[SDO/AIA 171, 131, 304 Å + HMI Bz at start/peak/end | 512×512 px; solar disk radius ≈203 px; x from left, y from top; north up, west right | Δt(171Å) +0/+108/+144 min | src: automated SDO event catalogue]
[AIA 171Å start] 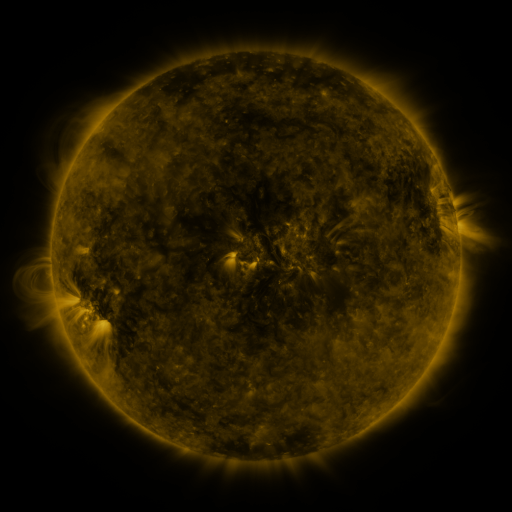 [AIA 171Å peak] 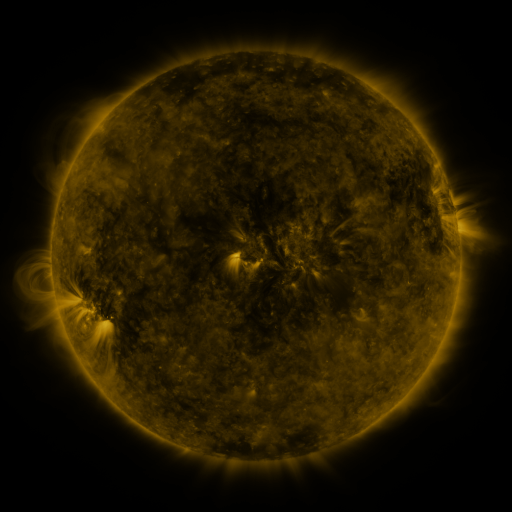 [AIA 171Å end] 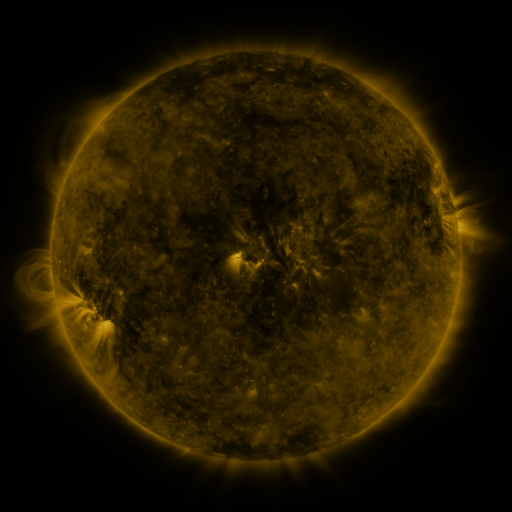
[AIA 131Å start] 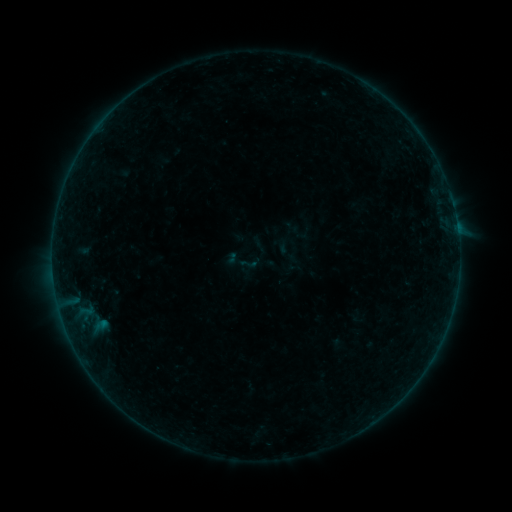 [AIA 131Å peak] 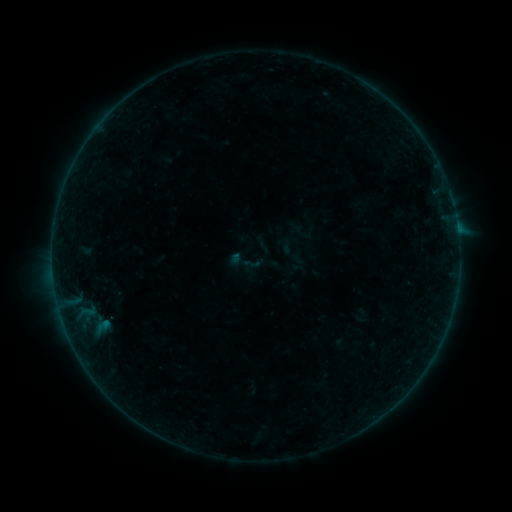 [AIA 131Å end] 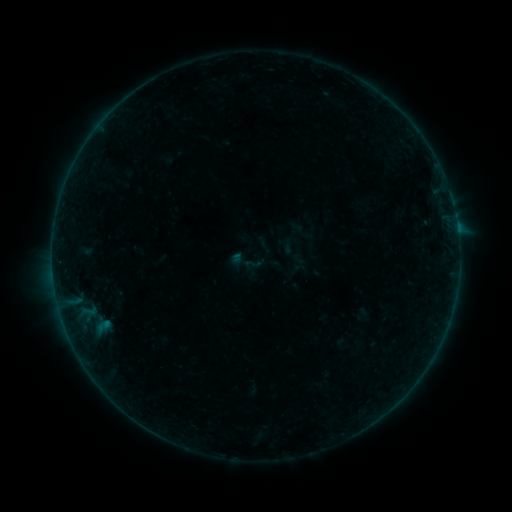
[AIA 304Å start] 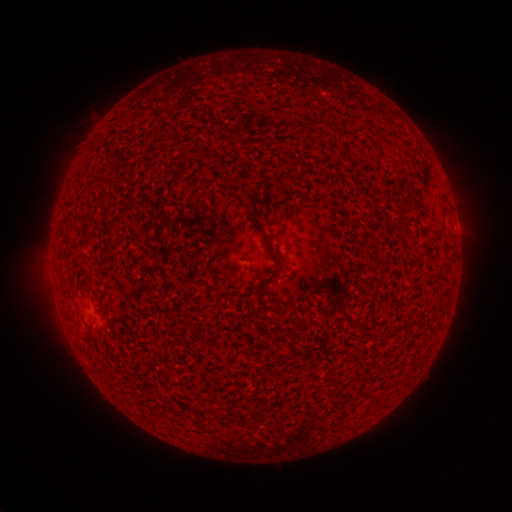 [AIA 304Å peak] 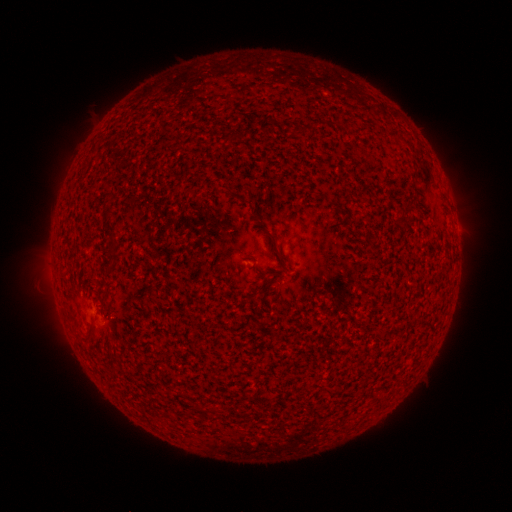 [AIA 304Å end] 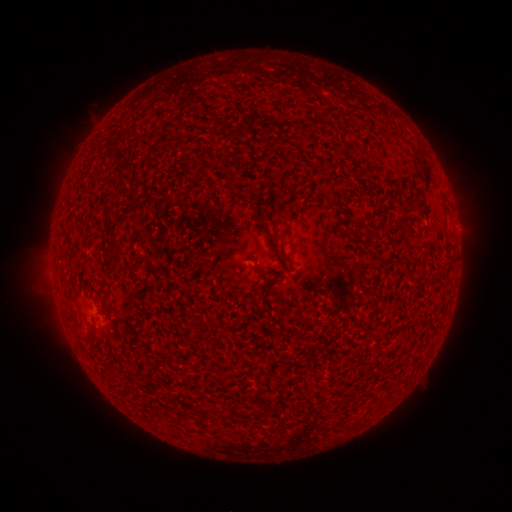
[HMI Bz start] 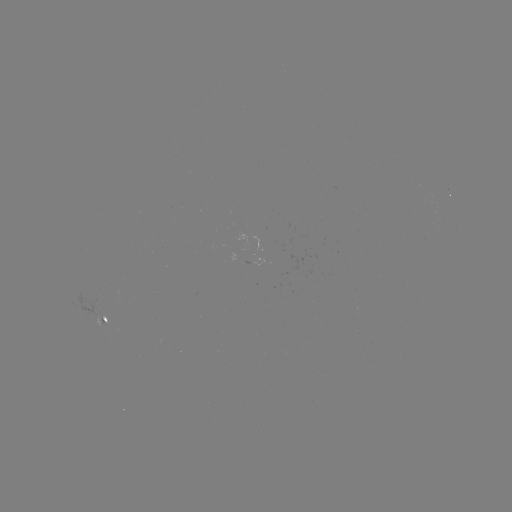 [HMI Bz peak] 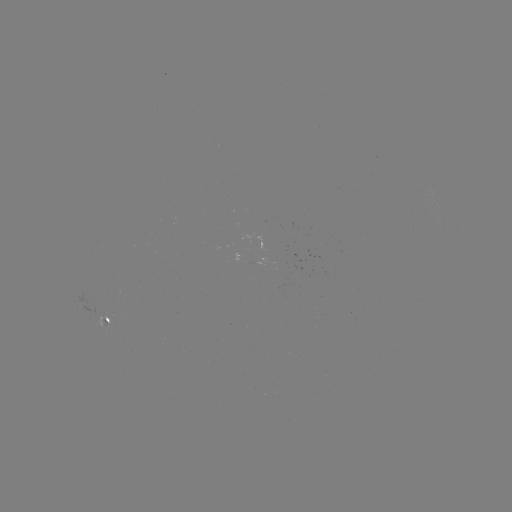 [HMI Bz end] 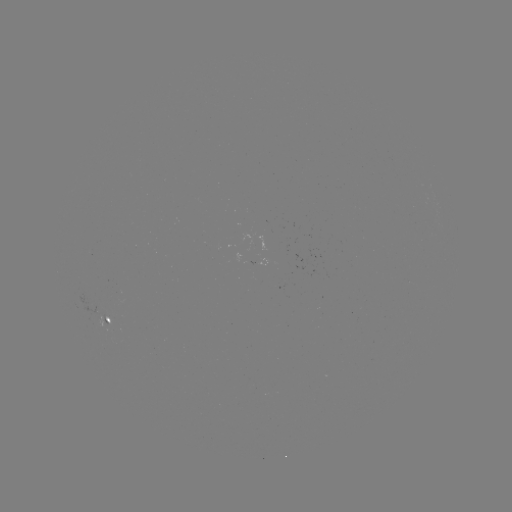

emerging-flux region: [97, 313, 111, 335]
